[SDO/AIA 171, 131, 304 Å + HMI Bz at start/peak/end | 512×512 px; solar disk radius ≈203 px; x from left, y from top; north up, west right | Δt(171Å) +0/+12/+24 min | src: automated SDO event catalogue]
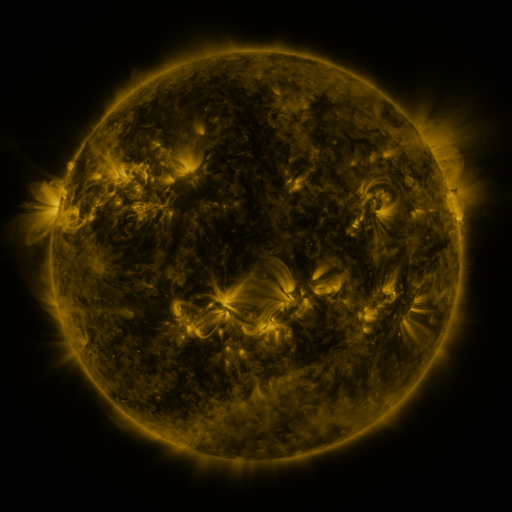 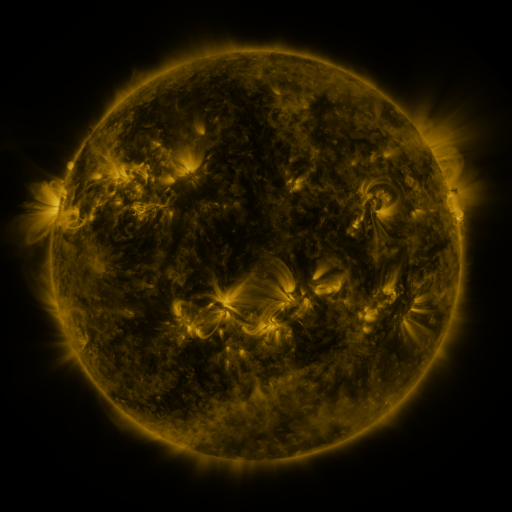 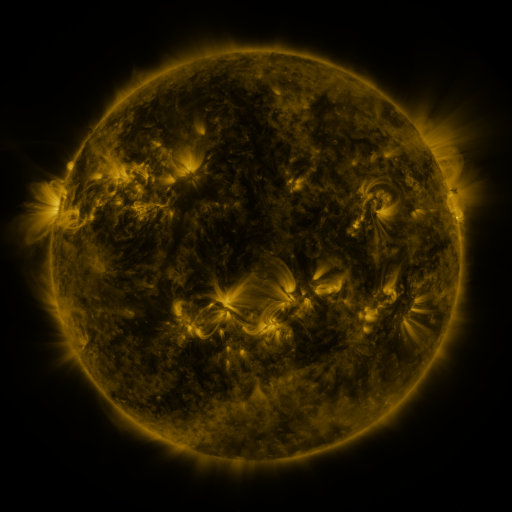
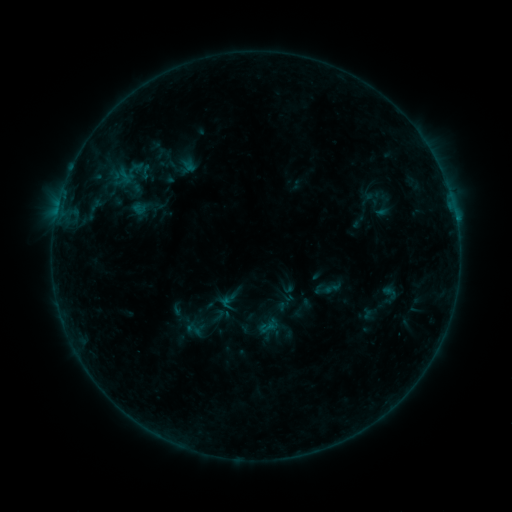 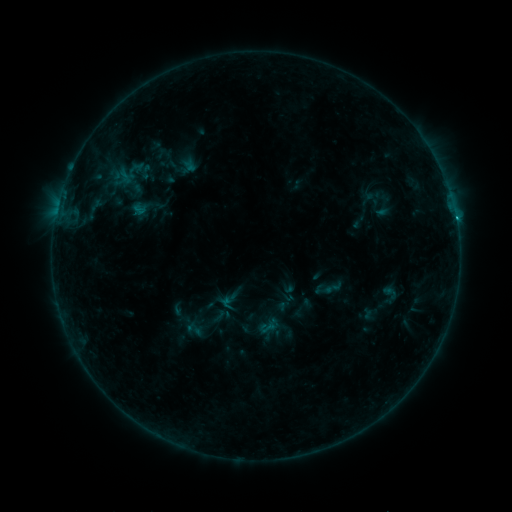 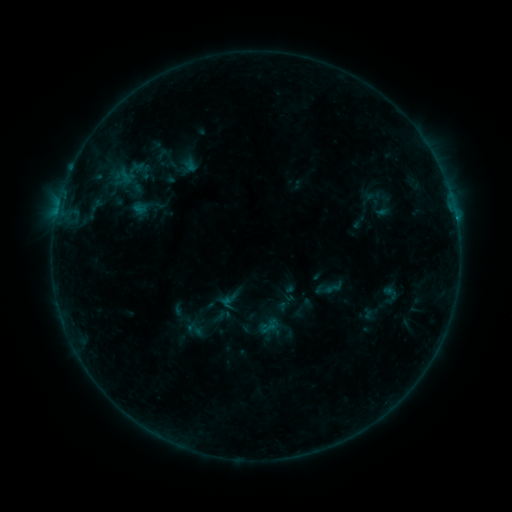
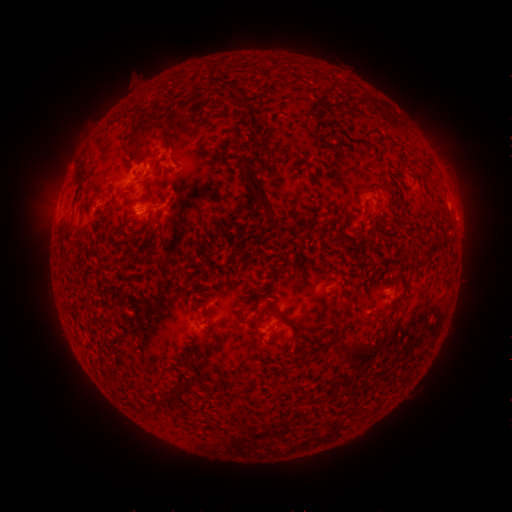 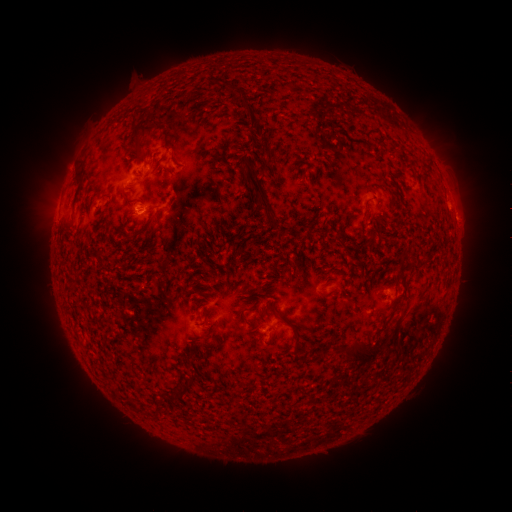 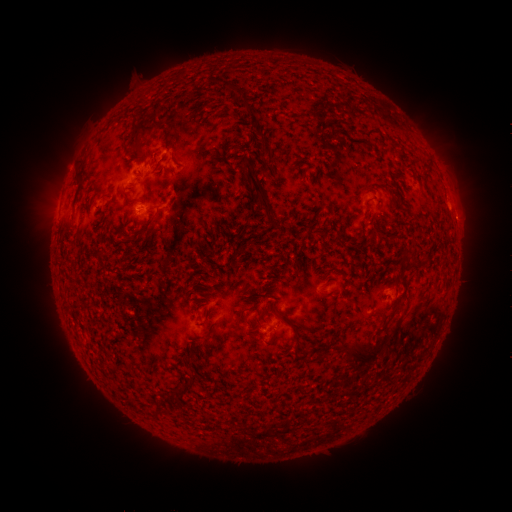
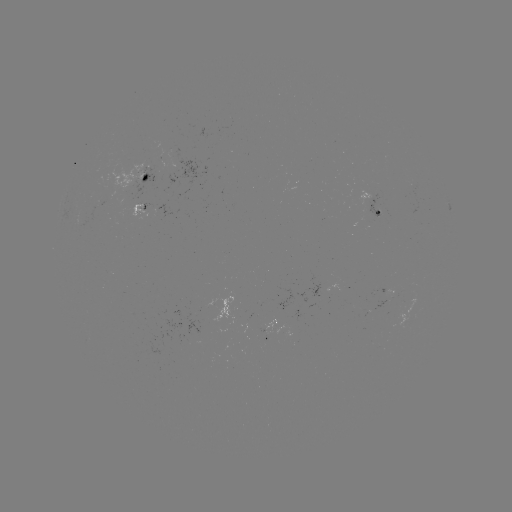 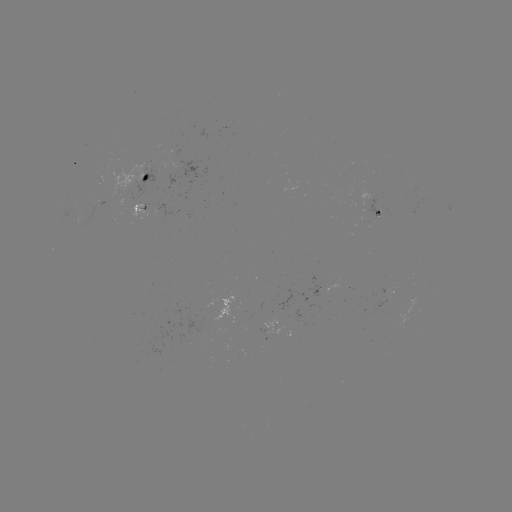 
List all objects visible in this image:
B5.2 flare: (455, 220)
